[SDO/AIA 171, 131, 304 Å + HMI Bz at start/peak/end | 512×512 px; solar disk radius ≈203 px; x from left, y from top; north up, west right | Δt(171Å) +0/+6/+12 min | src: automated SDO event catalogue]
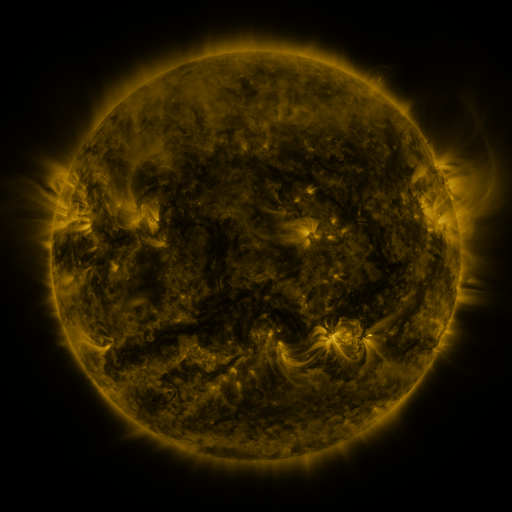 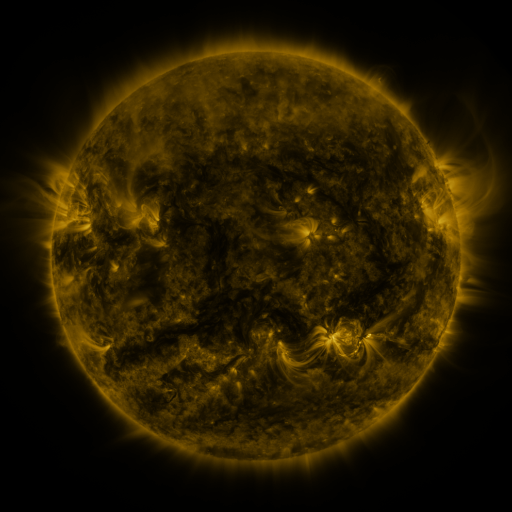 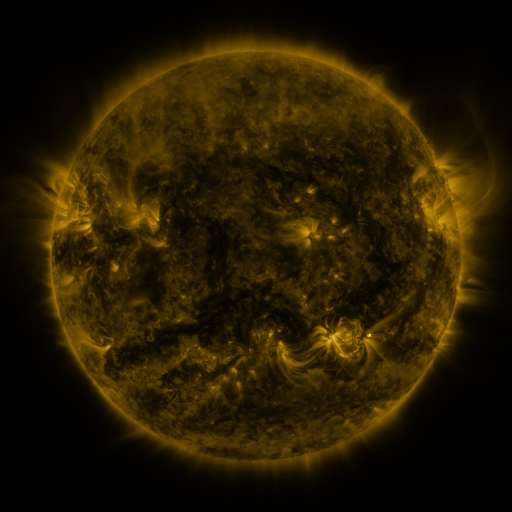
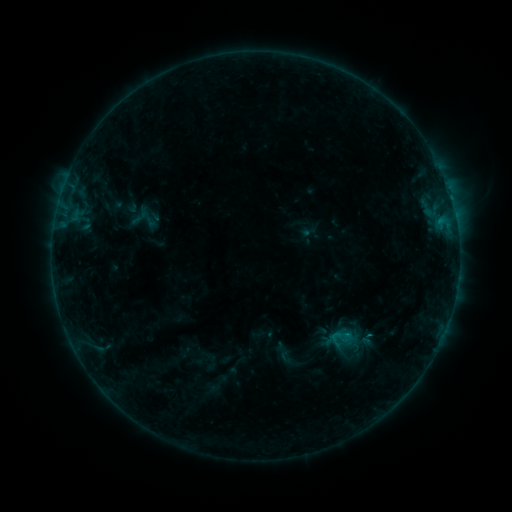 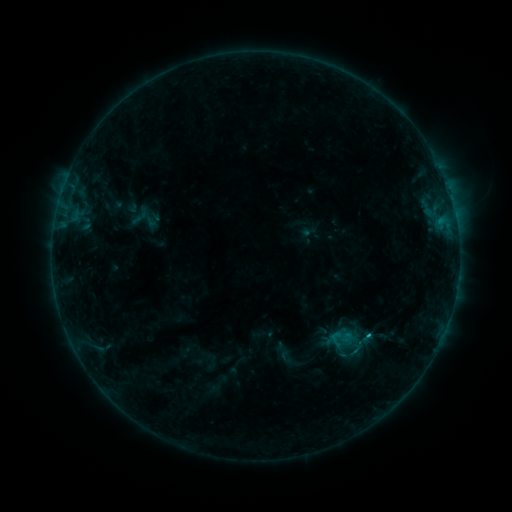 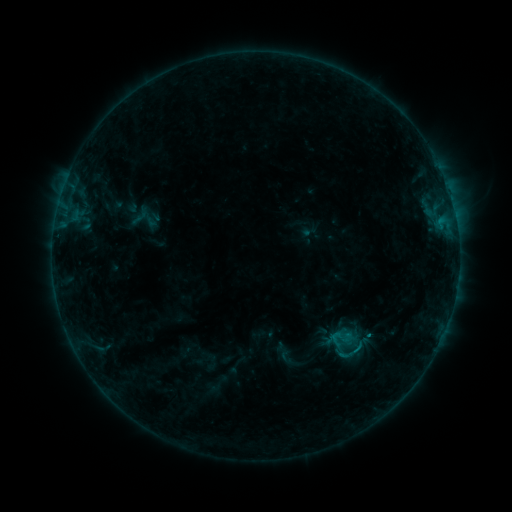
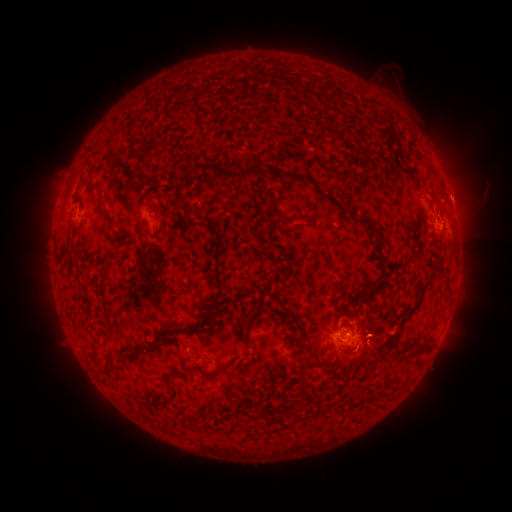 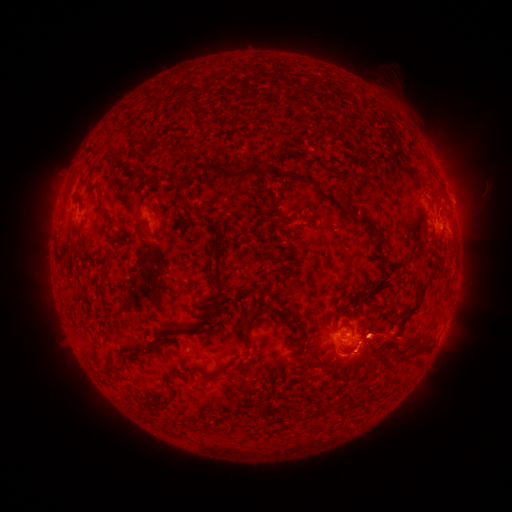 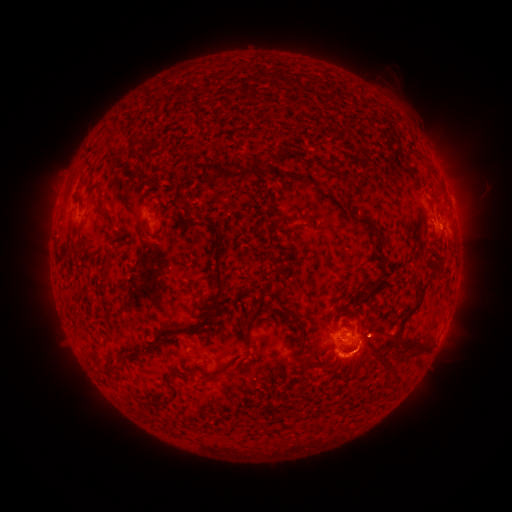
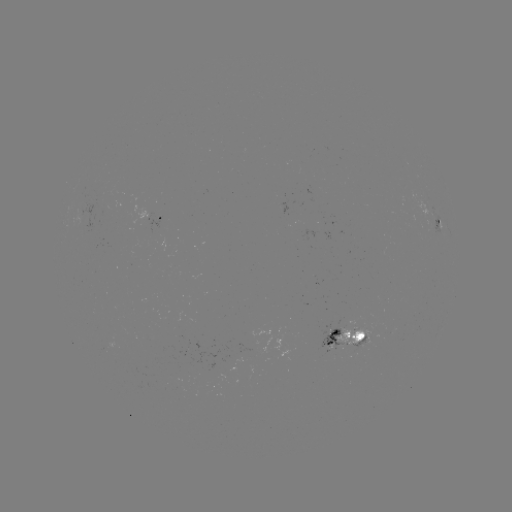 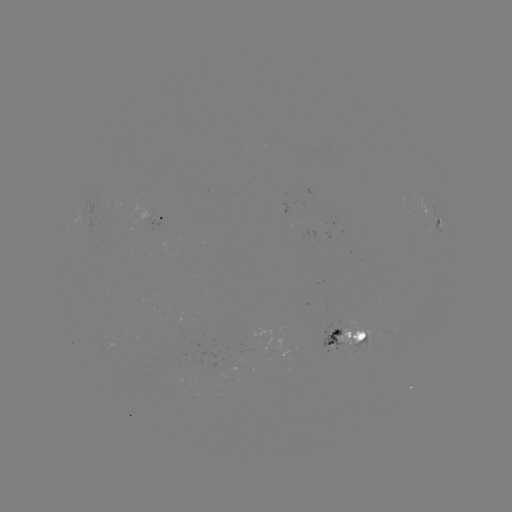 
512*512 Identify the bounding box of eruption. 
[327, 288, 413, 386].